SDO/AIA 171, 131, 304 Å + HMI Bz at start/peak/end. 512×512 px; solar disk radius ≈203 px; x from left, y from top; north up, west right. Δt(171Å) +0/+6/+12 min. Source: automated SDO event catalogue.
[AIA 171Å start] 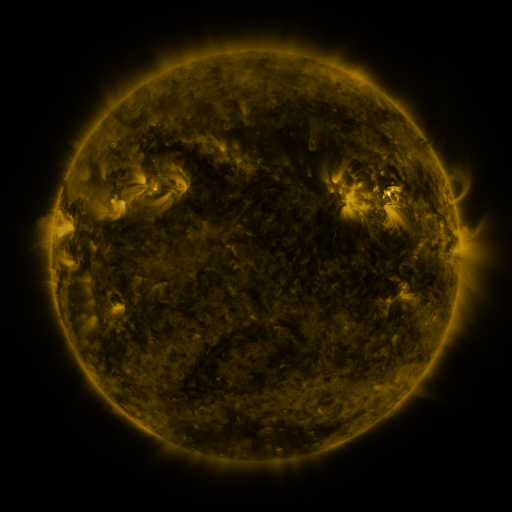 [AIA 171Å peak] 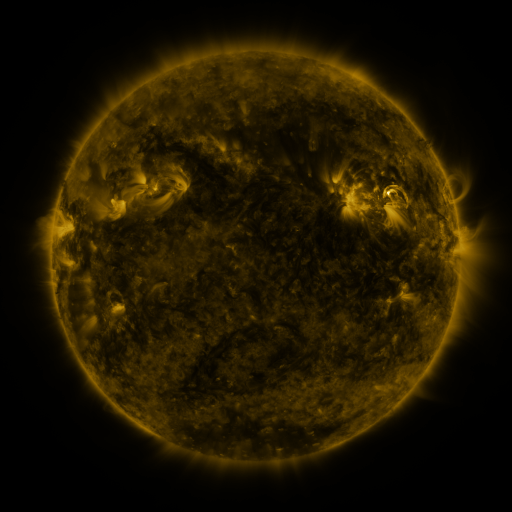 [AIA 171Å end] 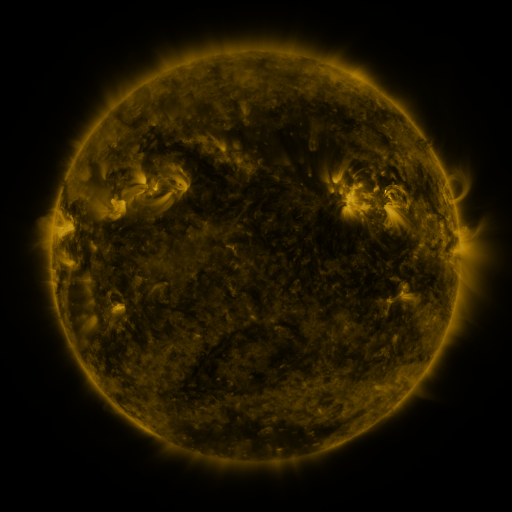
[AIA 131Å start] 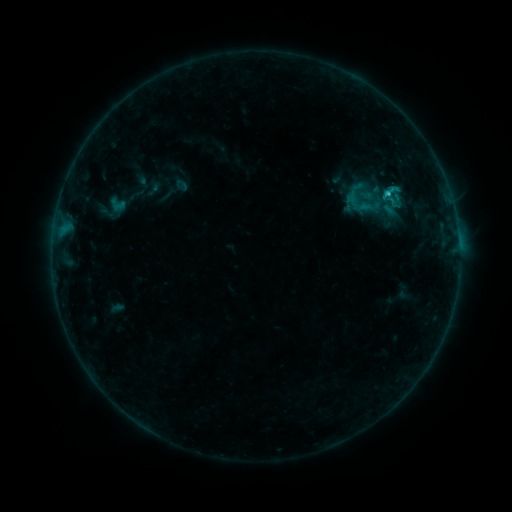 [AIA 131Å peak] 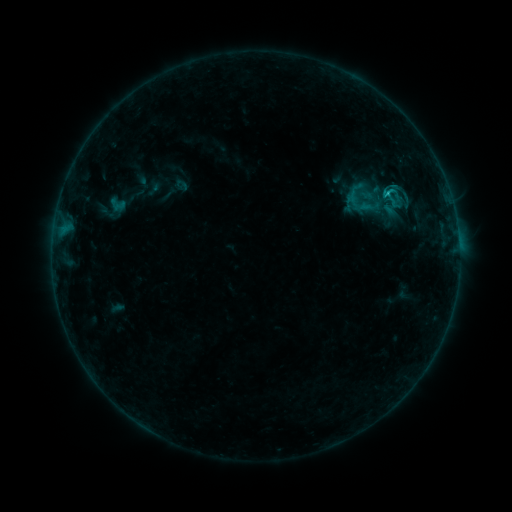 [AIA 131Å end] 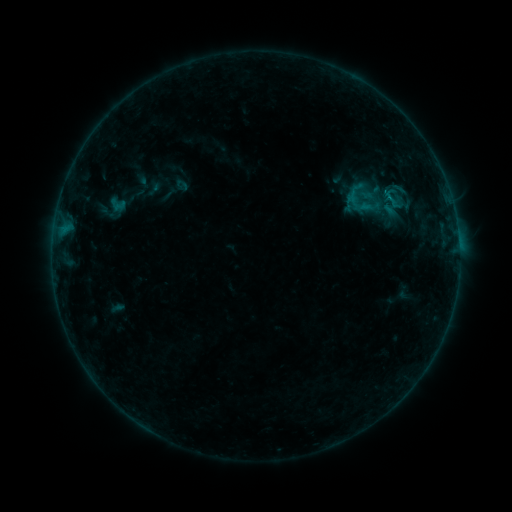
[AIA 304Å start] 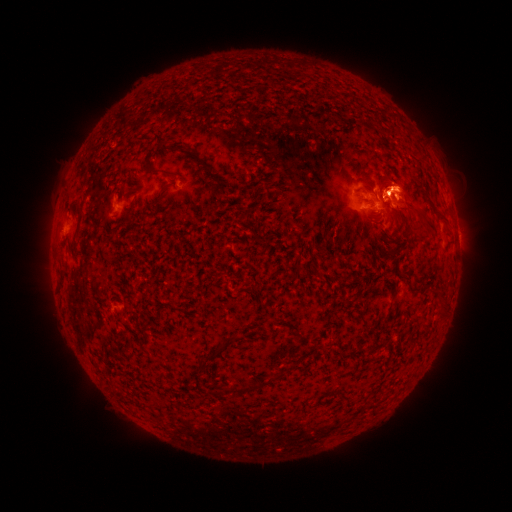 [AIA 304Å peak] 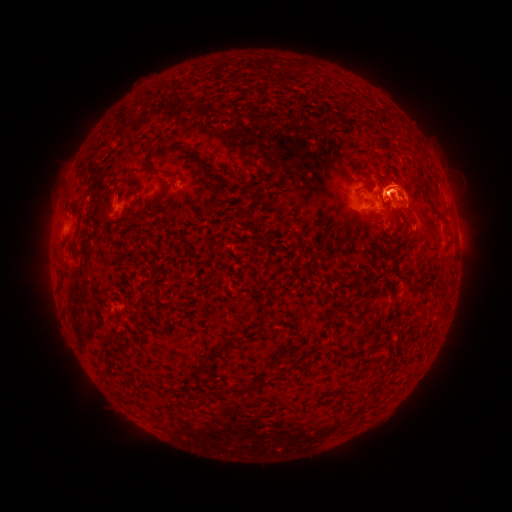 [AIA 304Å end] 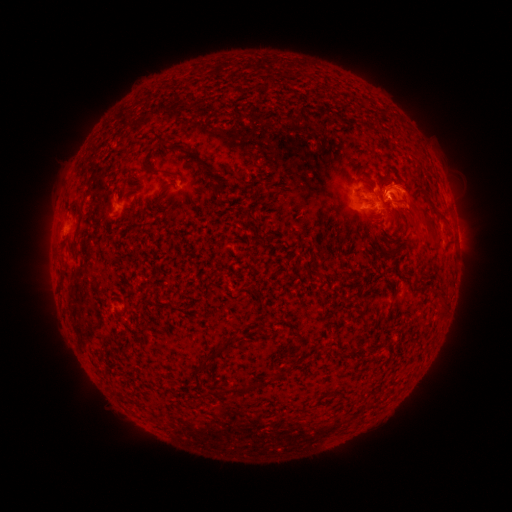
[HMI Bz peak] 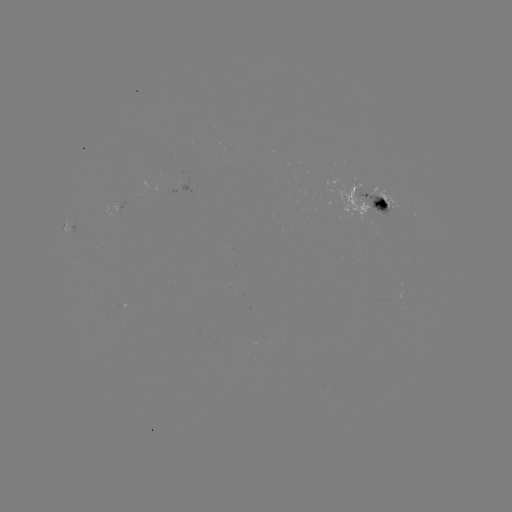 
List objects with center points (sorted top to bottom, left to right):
eruption: (411, 191)
